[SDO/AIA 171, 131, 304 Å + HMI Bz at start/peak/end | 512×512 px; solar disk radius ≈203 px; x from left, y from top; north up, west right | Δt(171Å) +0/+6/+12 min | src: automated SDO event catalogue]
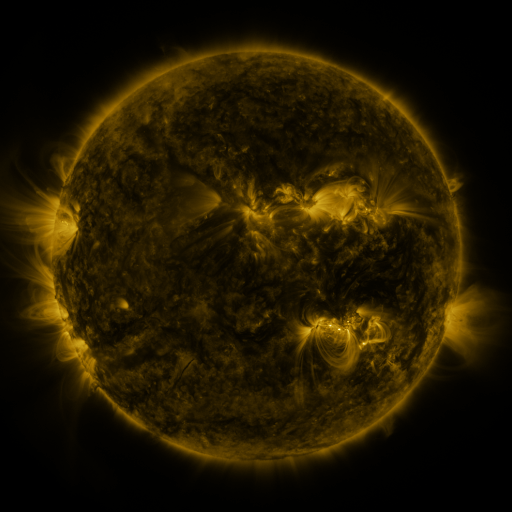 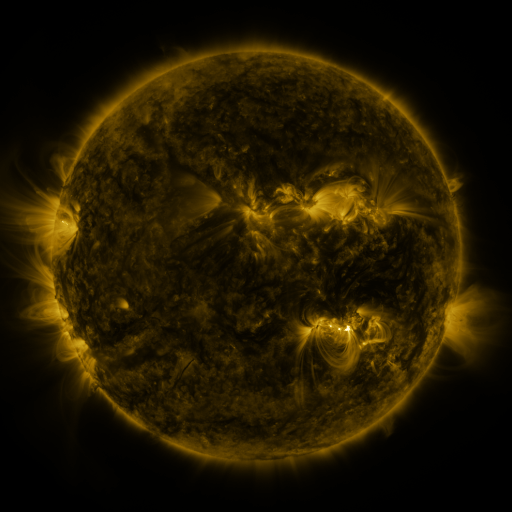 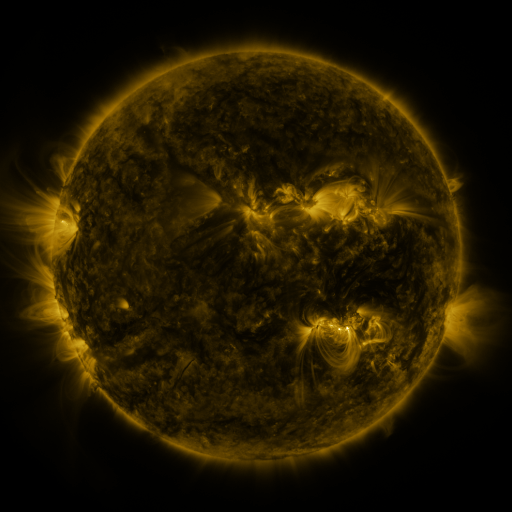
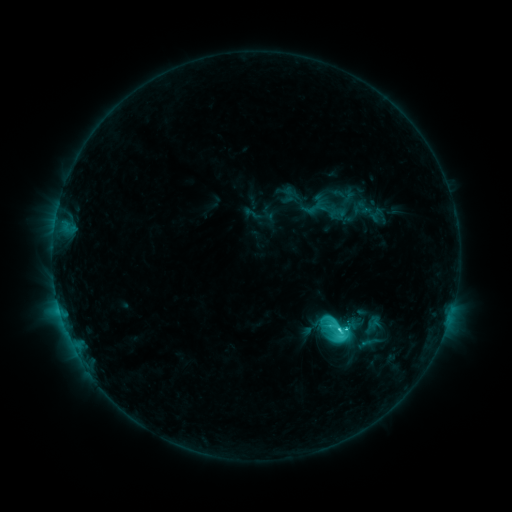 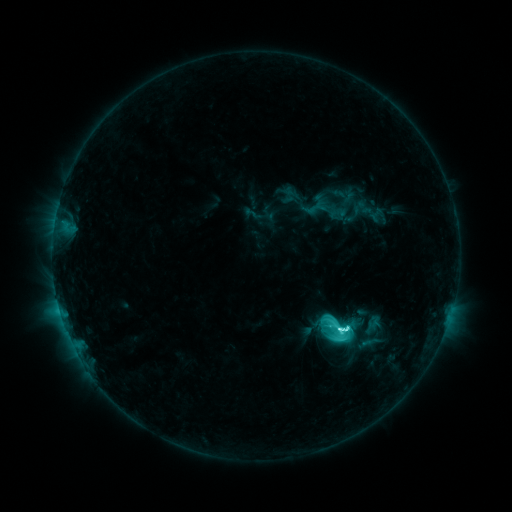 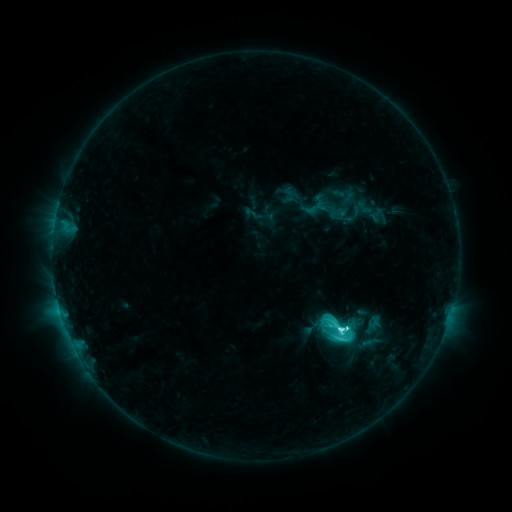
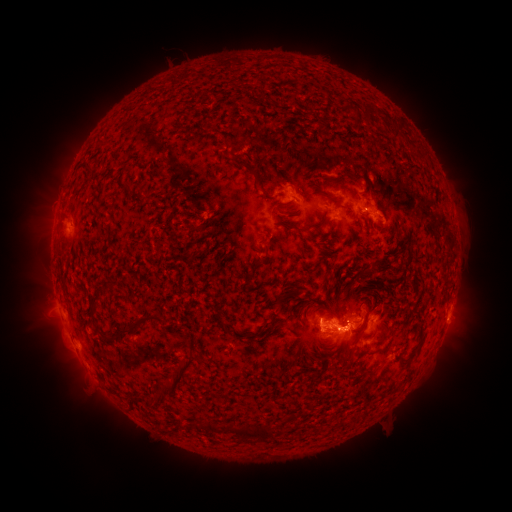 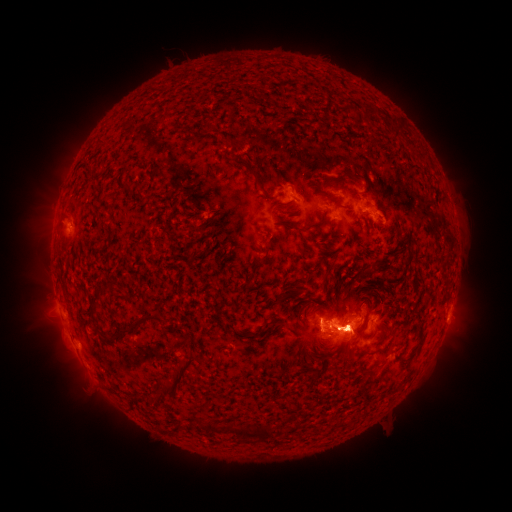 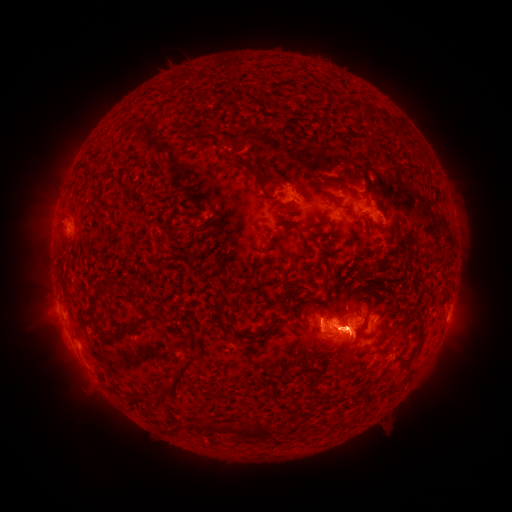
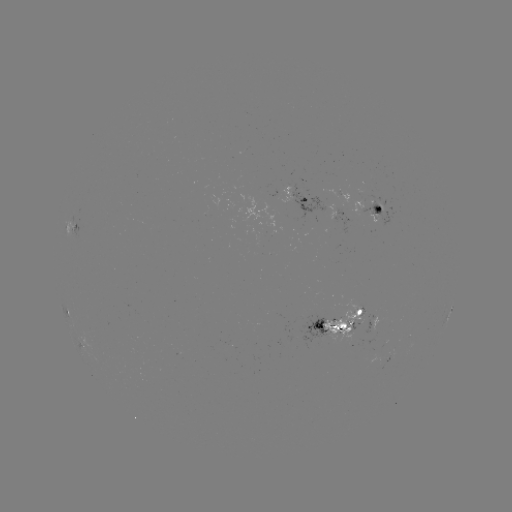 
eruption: [19, 179, 79, 262]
